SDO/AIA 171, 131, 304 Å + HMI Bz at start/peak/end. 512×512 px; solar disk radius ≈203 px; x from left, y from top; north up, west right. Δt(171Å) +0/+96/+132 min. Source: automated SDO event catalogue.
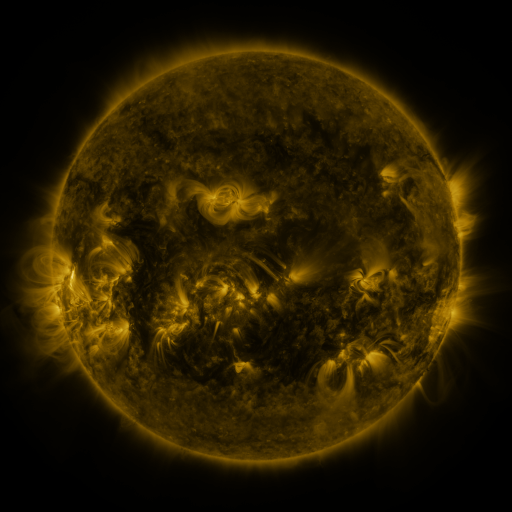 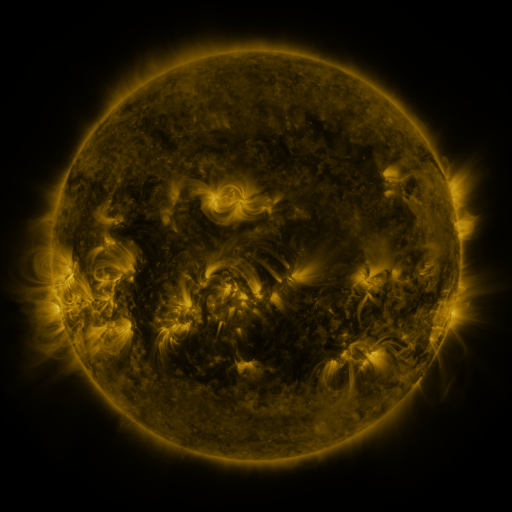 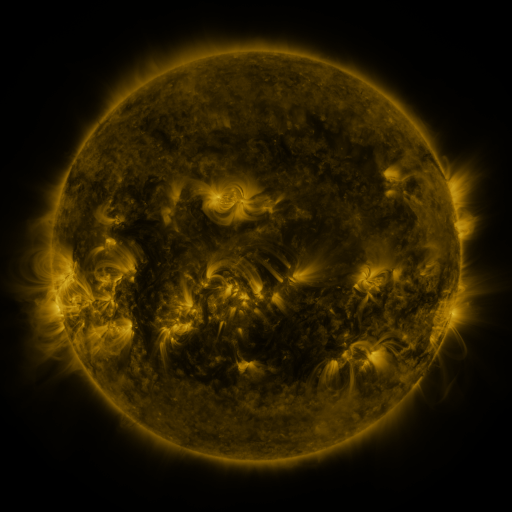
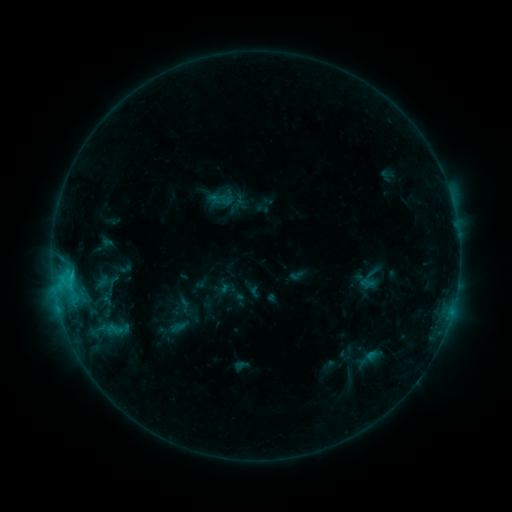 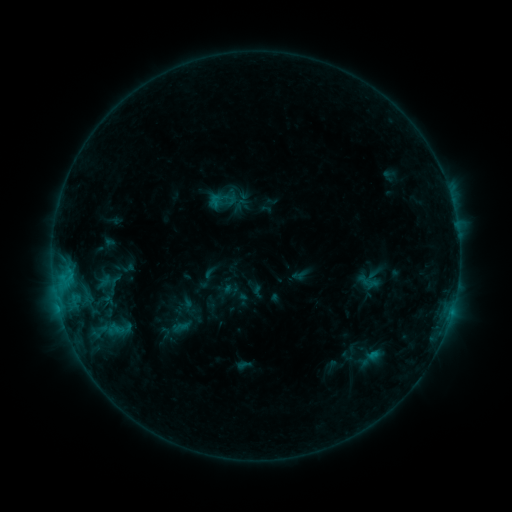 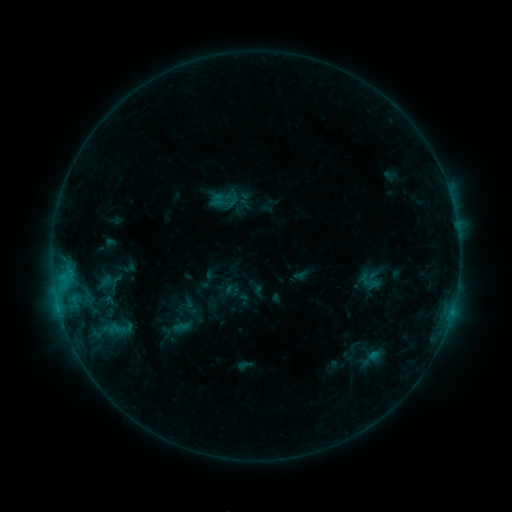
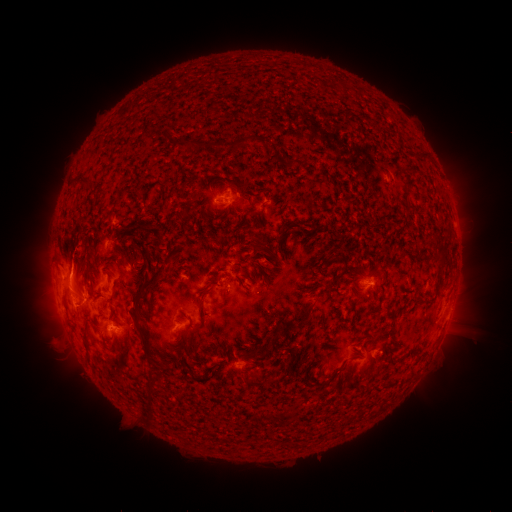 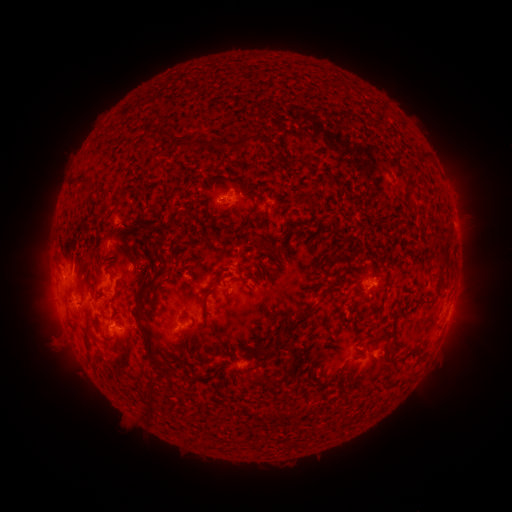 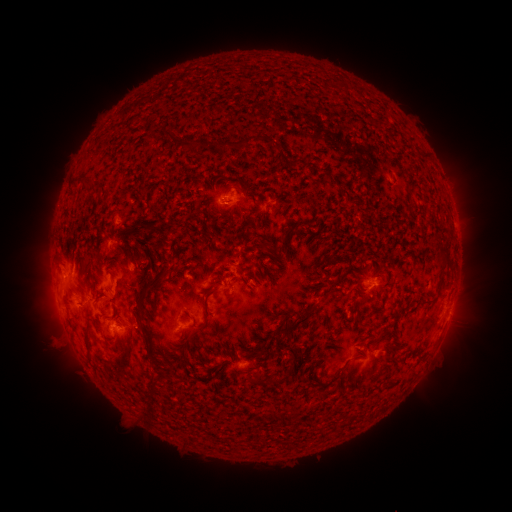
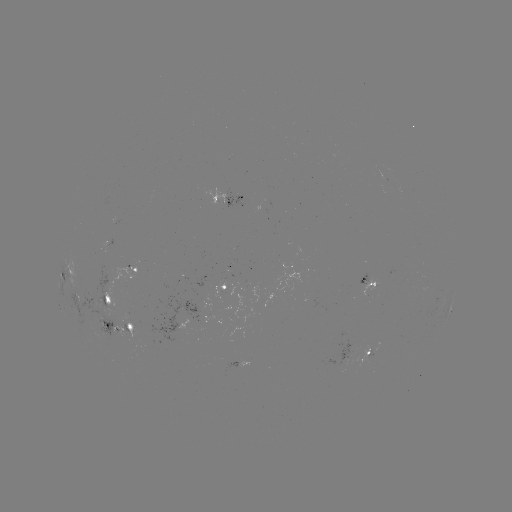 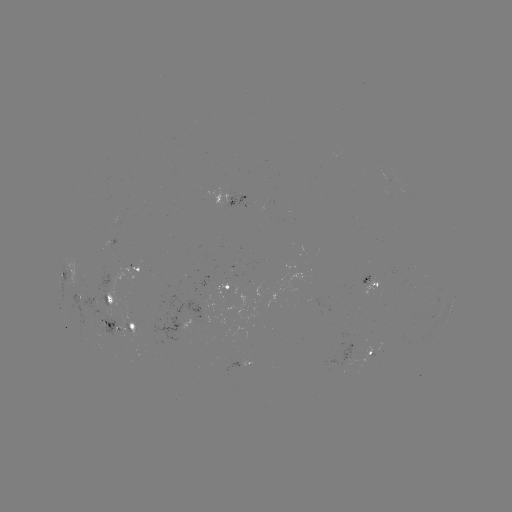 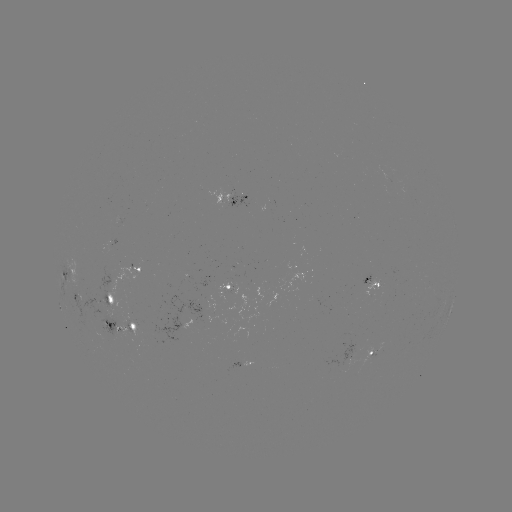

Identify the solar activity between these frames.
emerging-flux region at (217, 319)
